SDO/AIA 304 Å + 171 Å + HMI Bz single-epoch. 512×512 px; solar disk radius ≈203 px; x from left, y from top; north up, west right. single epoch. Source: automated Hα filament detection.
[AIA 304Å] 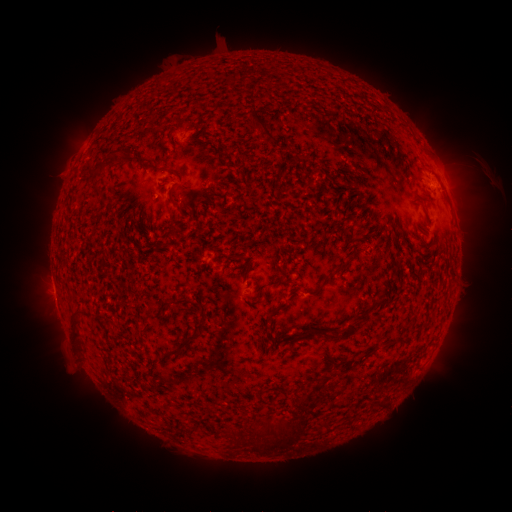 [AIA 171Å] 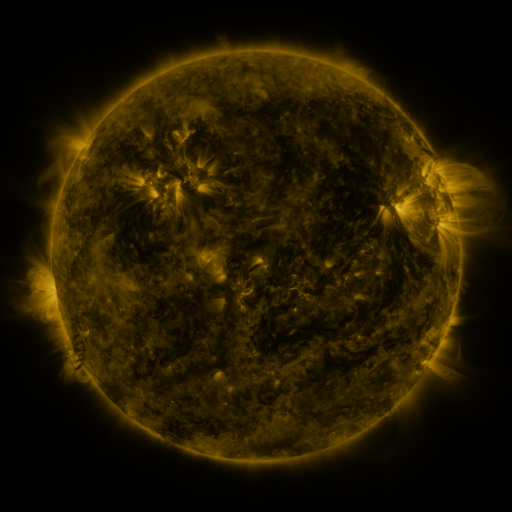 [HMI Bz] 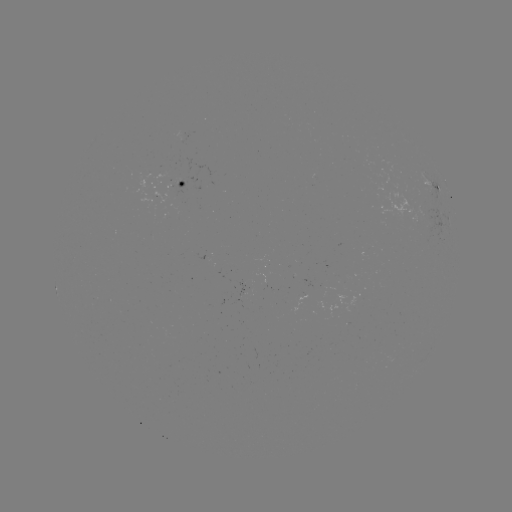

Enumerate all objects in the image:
filament: (262, 128)
filament: (121, 158)
filament: (97, 192)
filament: (177, 206)
filament: (247, 270)
filament: (336, 271)
filament: (279, 279)
filament: (164, 307)
filament: (272, 315)
filament: (204, 318)
filament: (76, 328)
filament: (348, 332)
filament: (308, 334)
filament: (182, 345)
filament: (384, 403)
filament: (276, 430)
filament: (235, 438)
